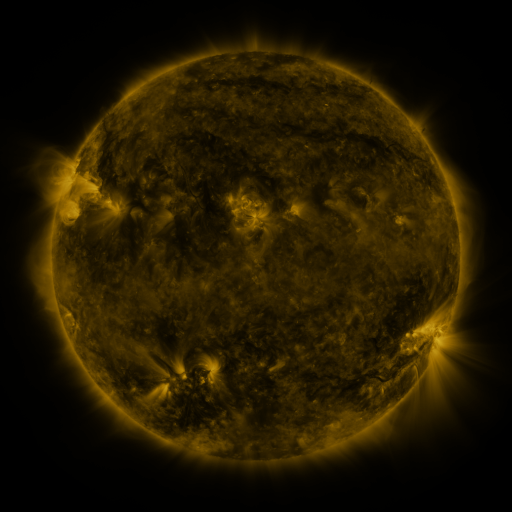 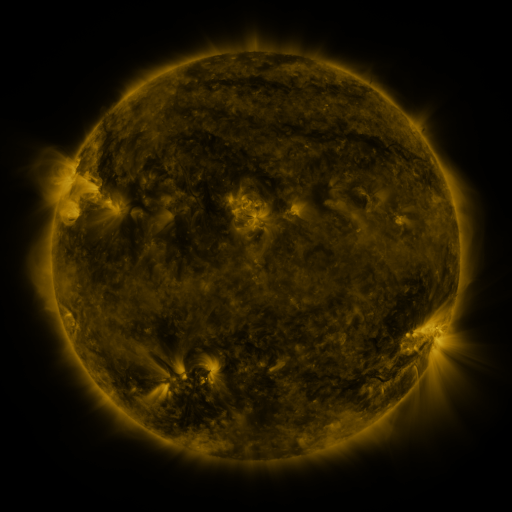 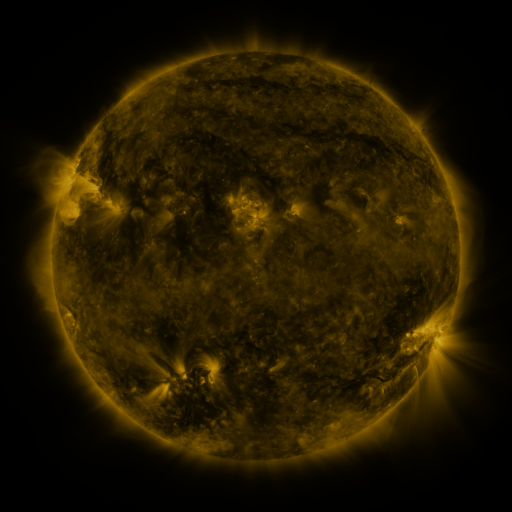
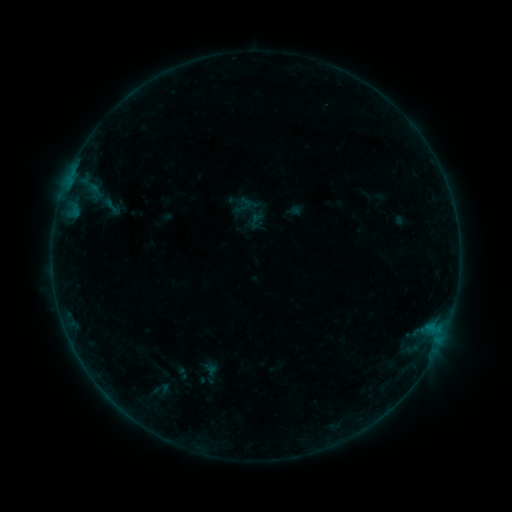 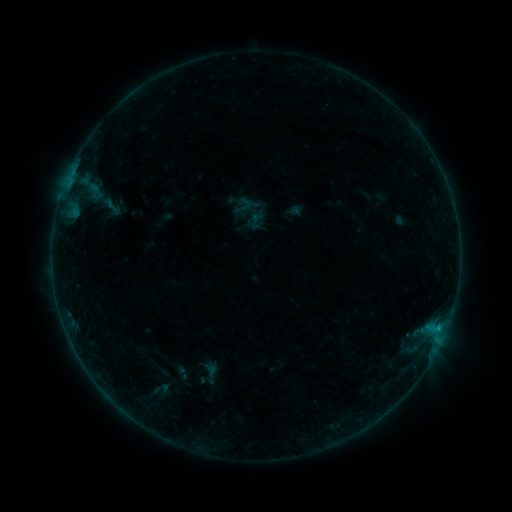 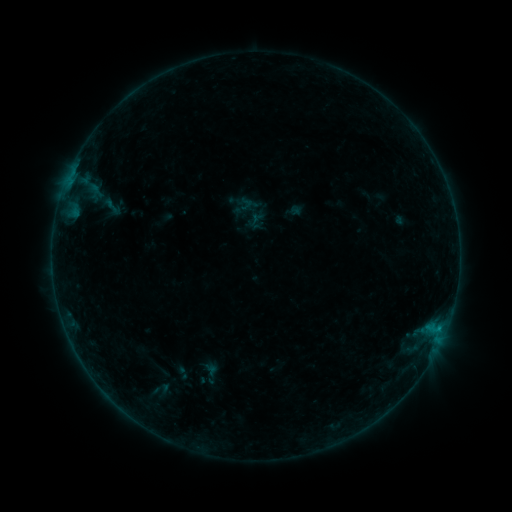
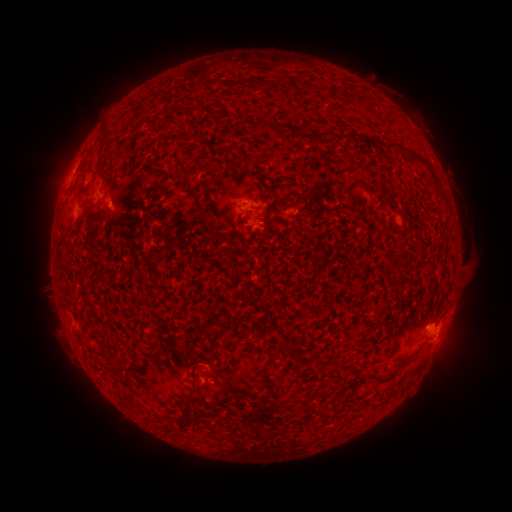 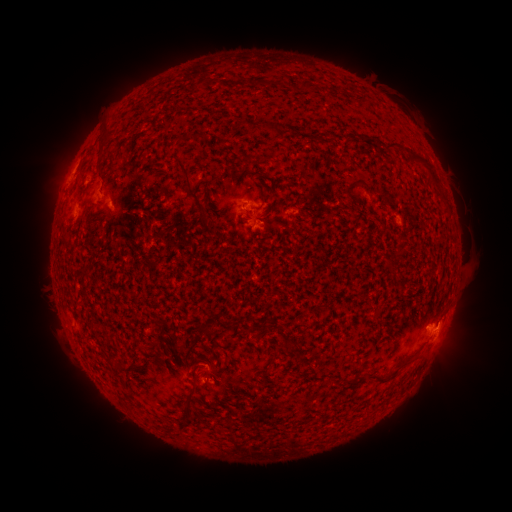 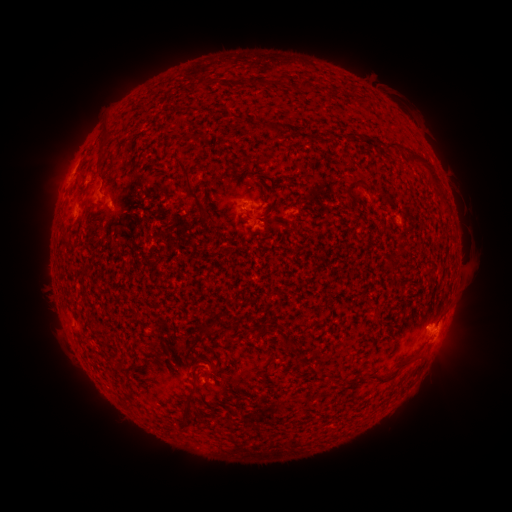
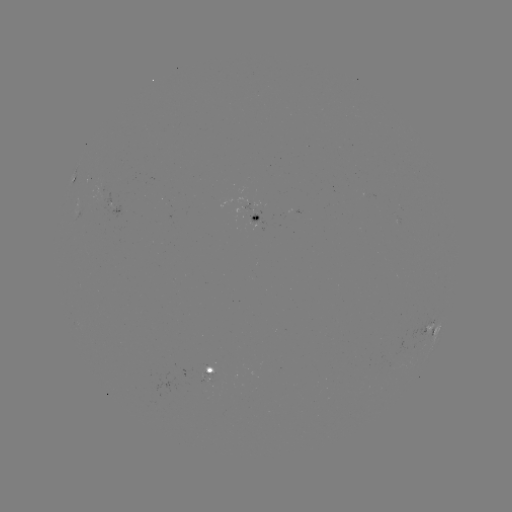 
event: flare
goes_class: B2.2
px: (437, 327)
